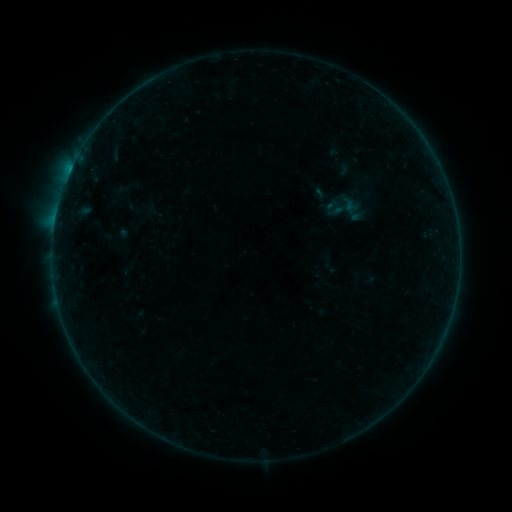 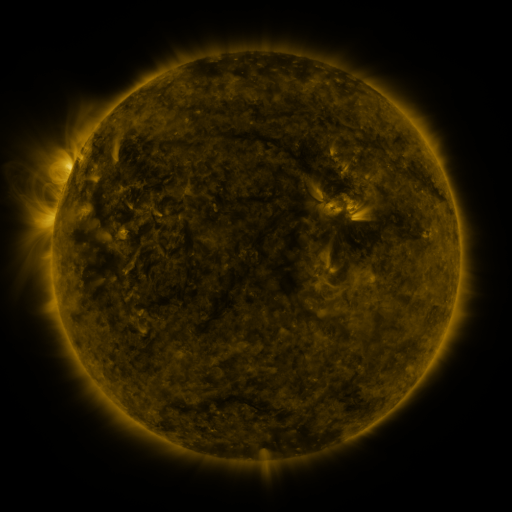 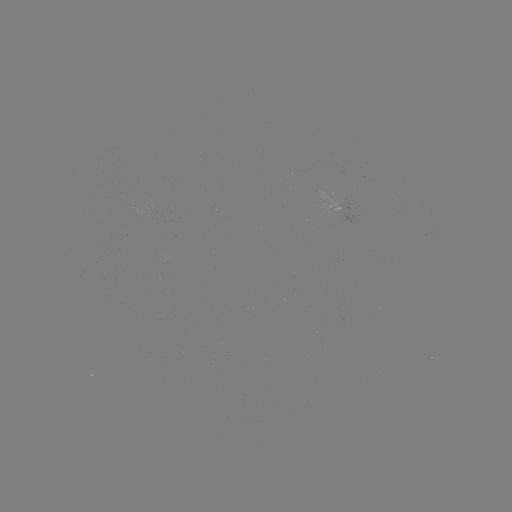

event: sigmoid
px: (346, 207)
